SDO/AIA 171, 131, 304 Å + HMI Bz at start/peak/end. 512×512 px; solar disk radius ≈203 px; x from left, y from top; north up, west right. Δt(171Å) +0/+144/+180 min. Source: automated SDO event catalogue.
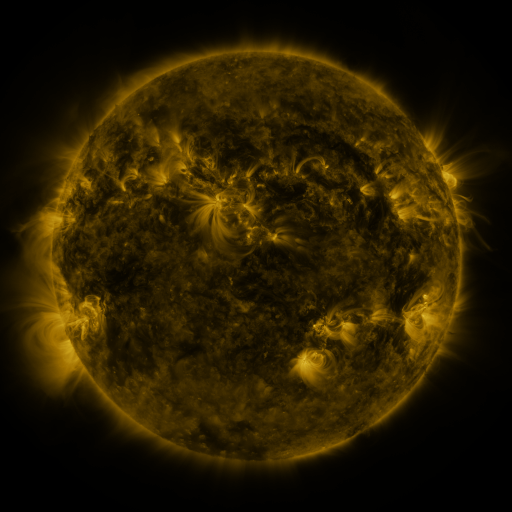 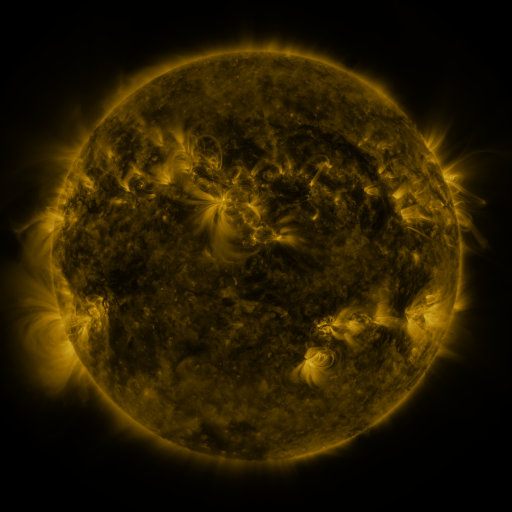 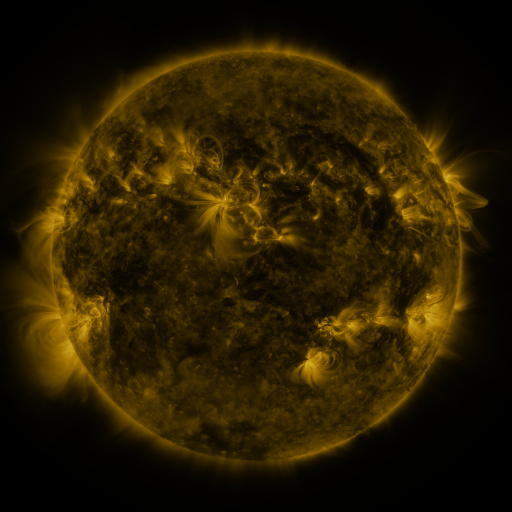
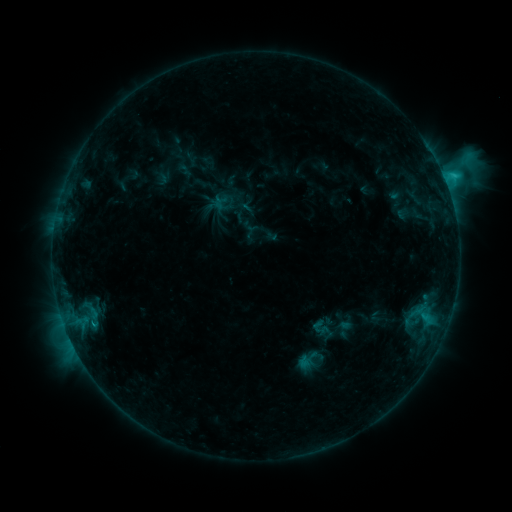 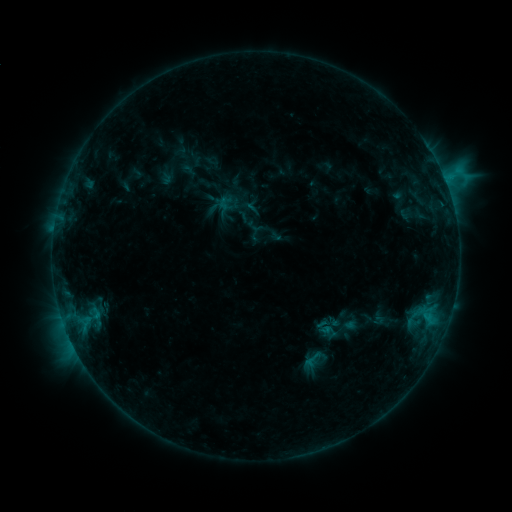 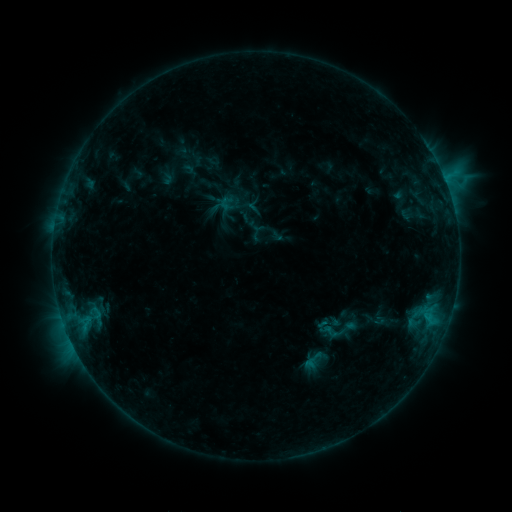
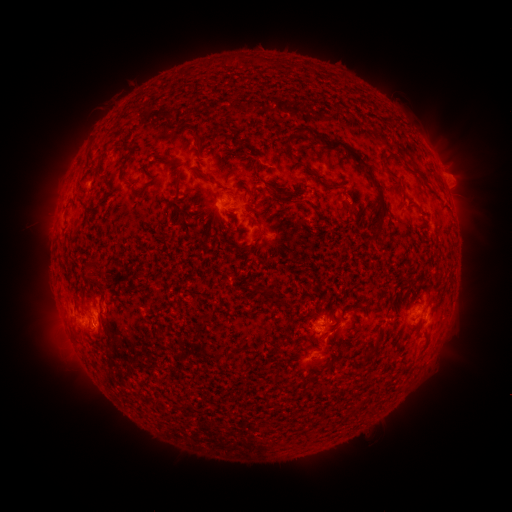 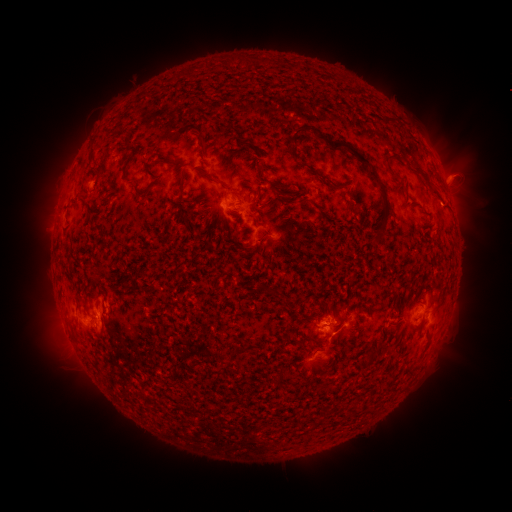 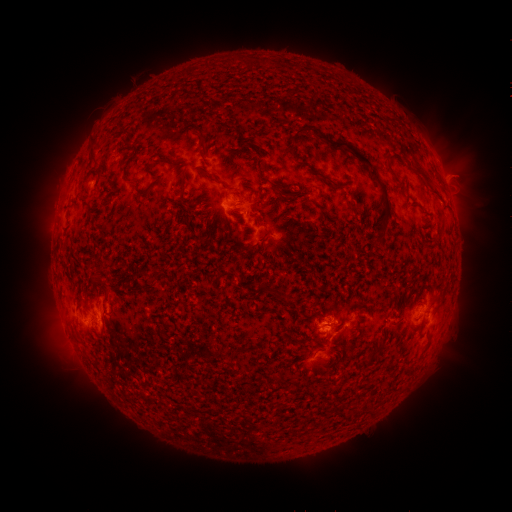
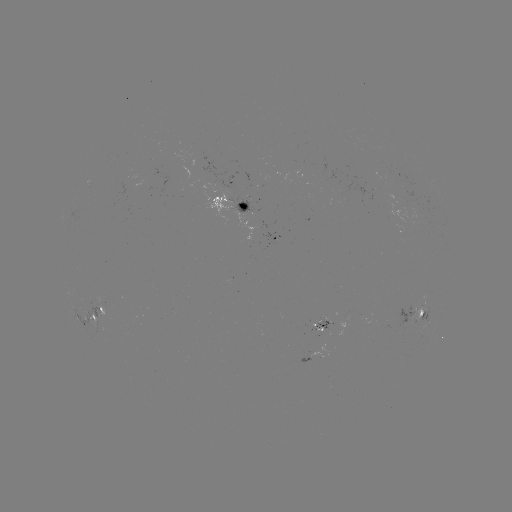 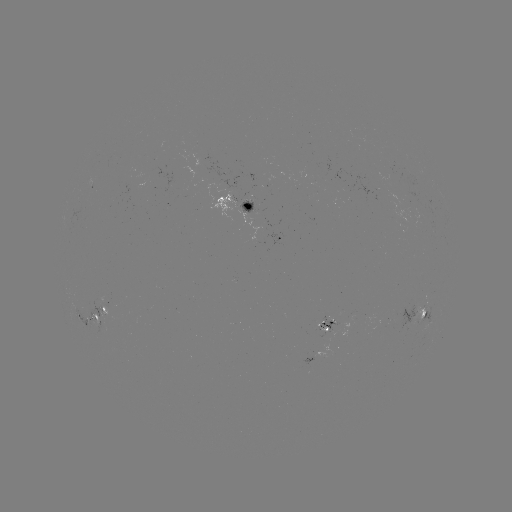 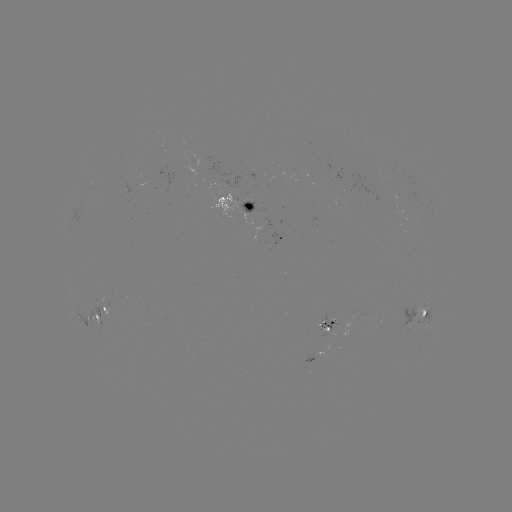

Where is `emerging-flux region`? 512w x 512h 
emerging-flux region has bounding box [318, 316, 338, 332].